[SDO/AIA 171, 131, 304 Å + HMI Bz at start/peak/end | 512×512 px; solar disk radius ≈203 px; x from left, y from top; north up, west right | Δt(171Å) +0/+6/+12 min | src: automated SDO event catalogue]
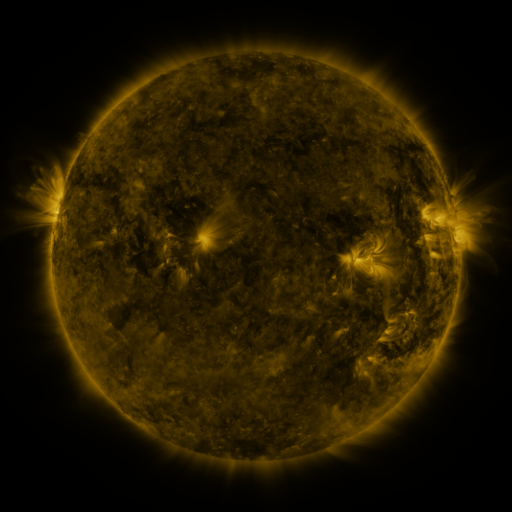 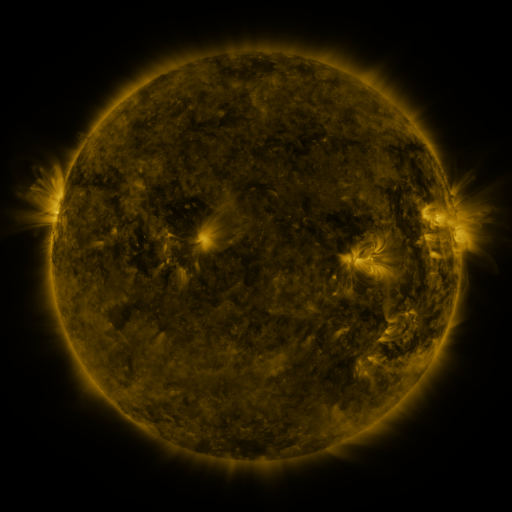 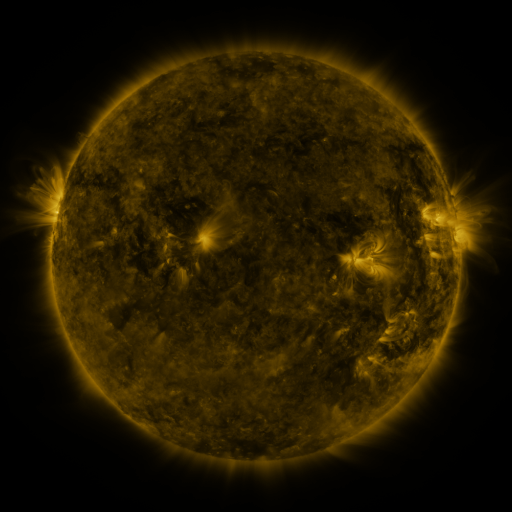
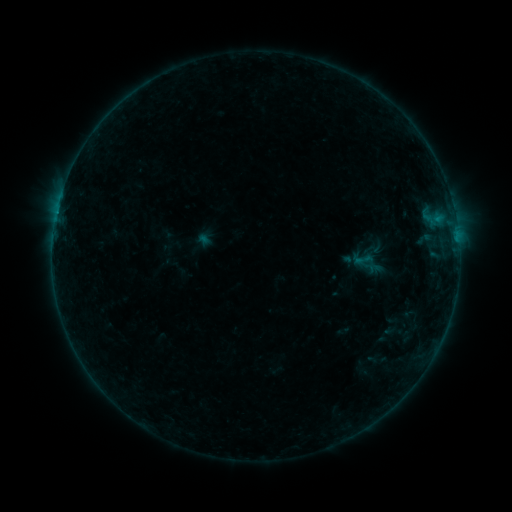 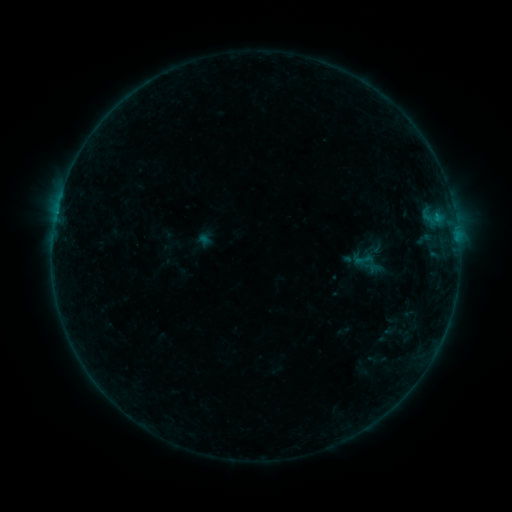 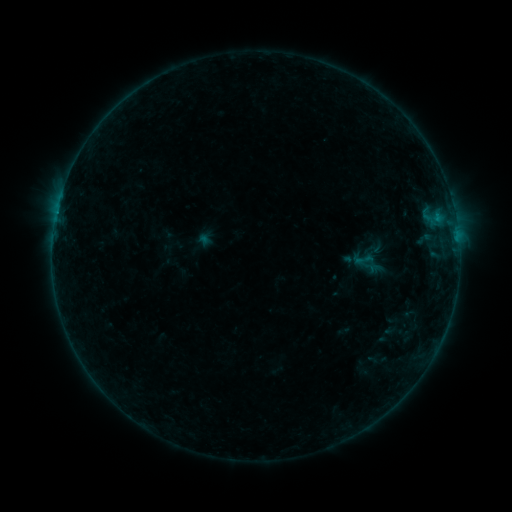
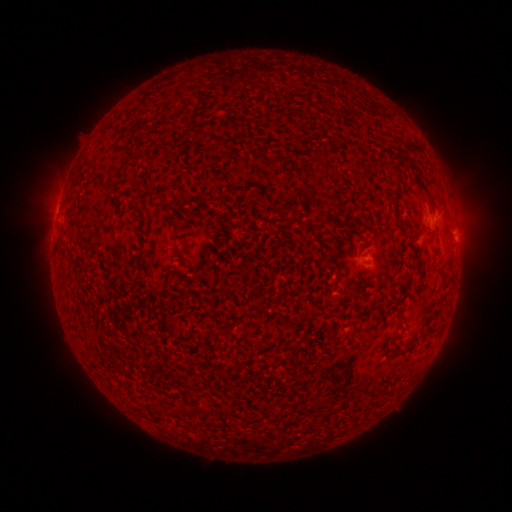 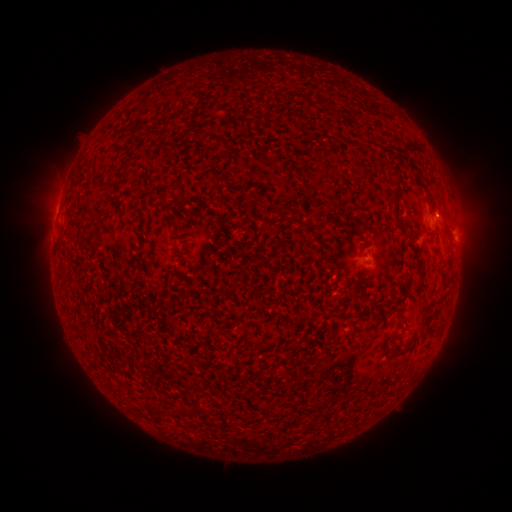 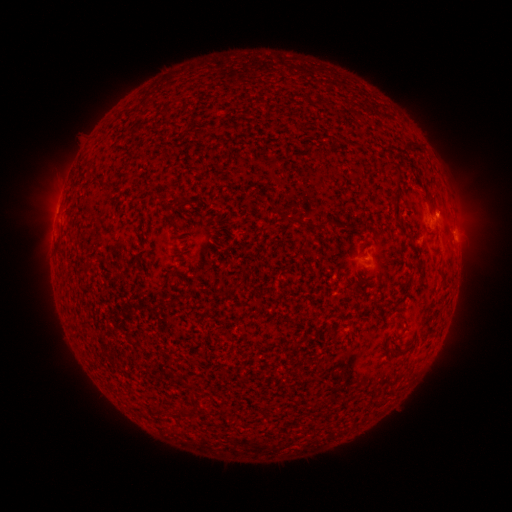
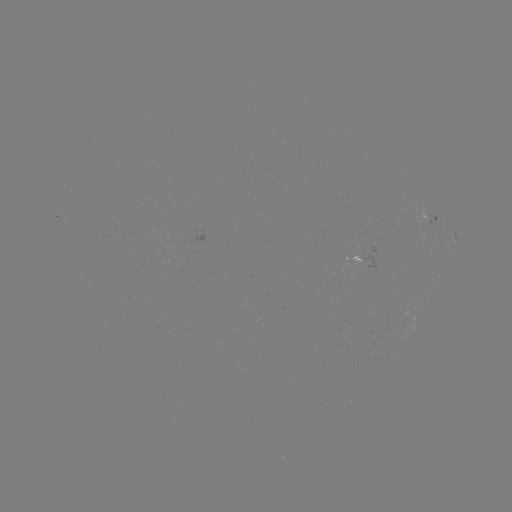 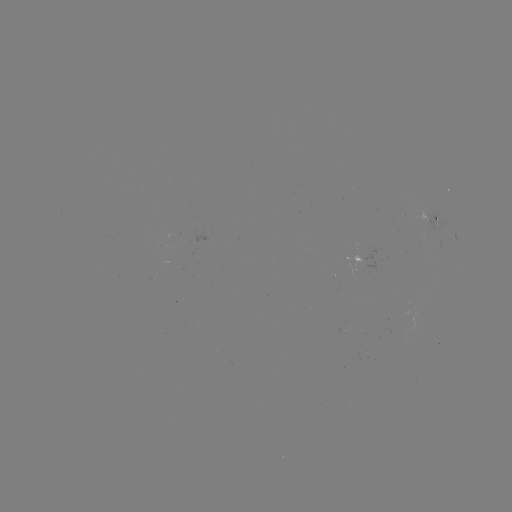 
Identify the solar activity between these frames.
B1.9 flare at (436, 217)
